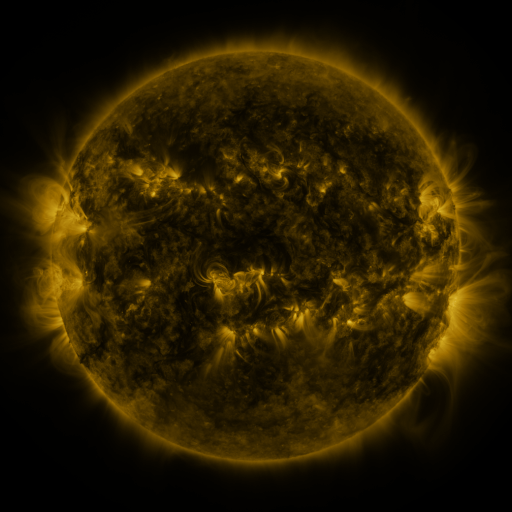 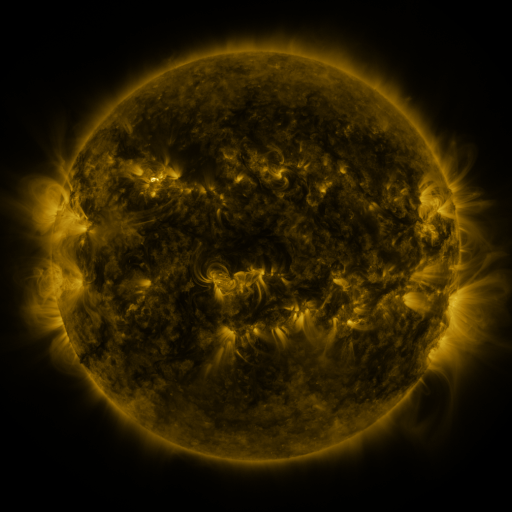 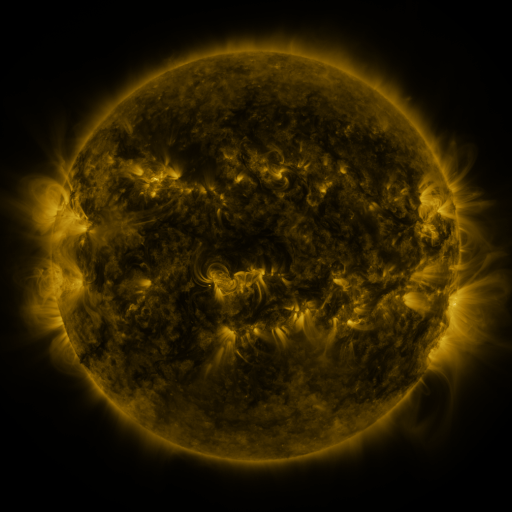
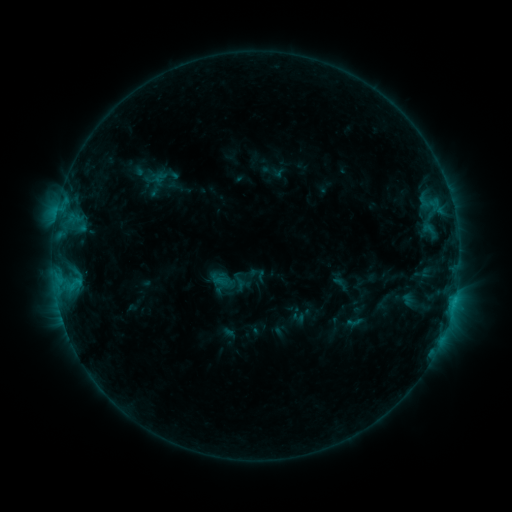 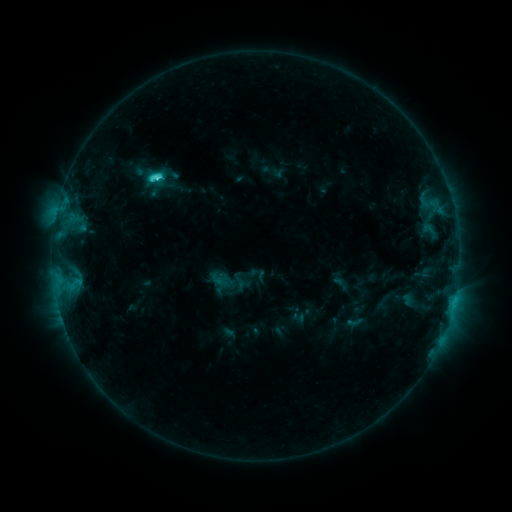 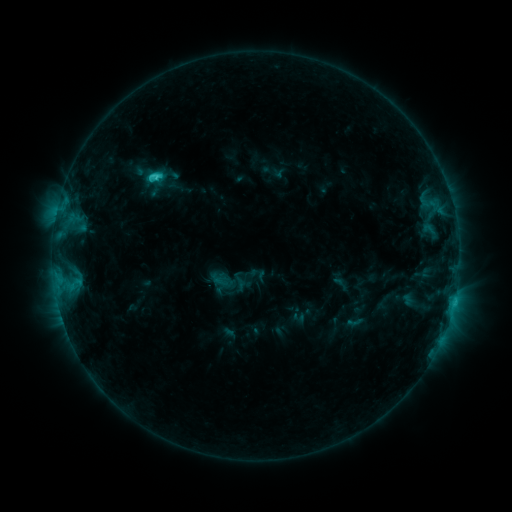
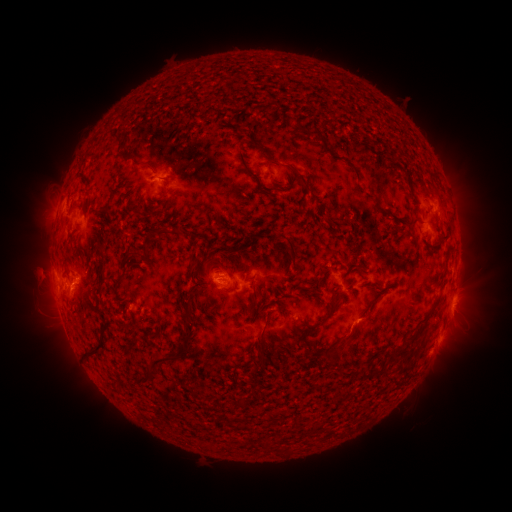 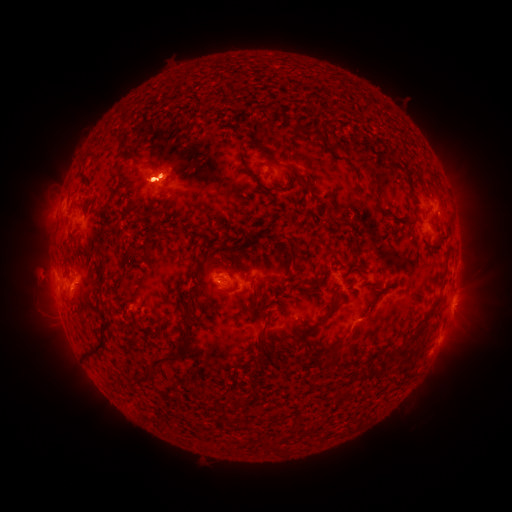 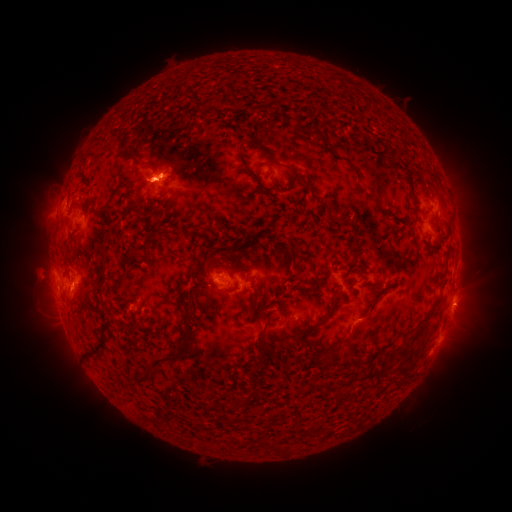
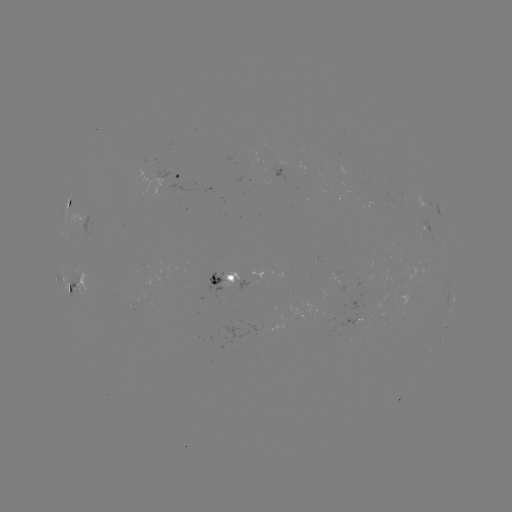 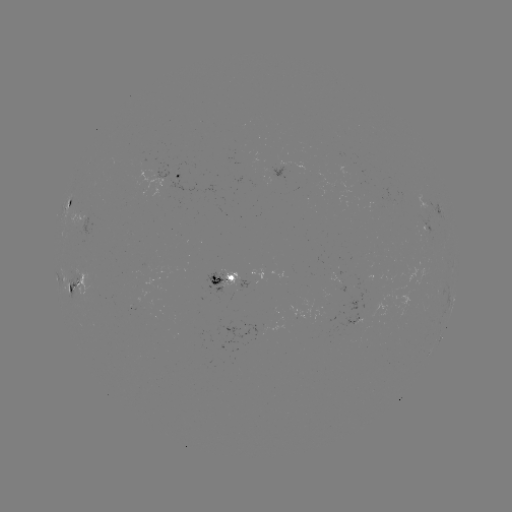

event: flare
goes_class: C3.3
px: (158, 180)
